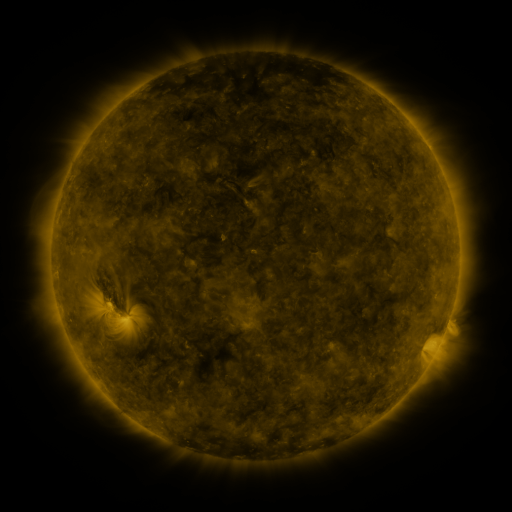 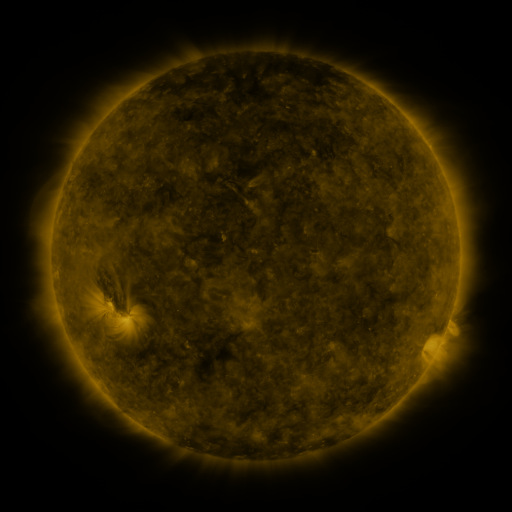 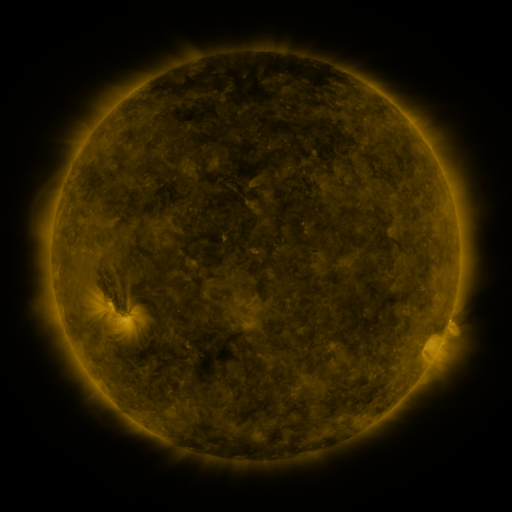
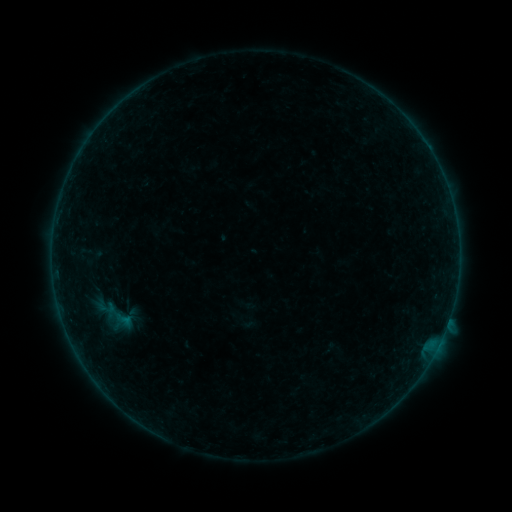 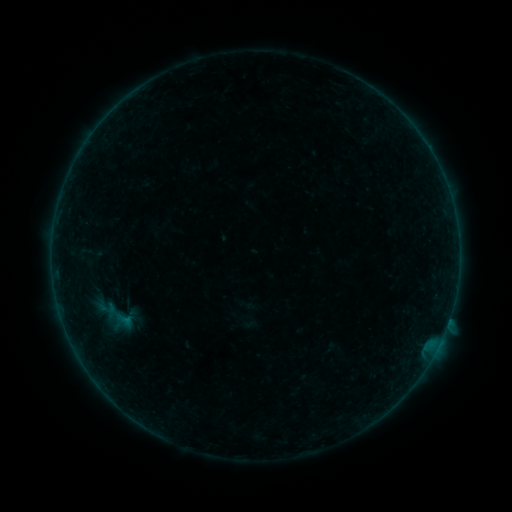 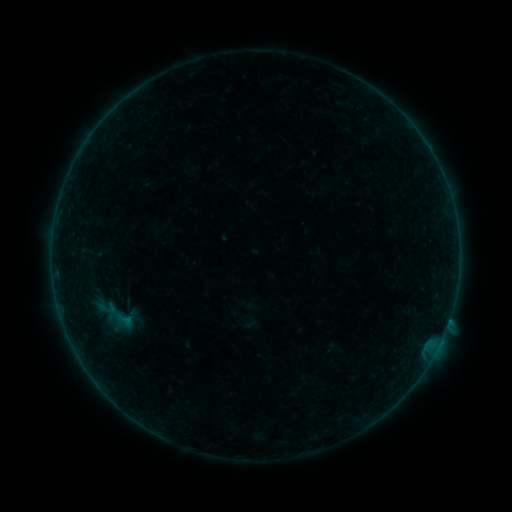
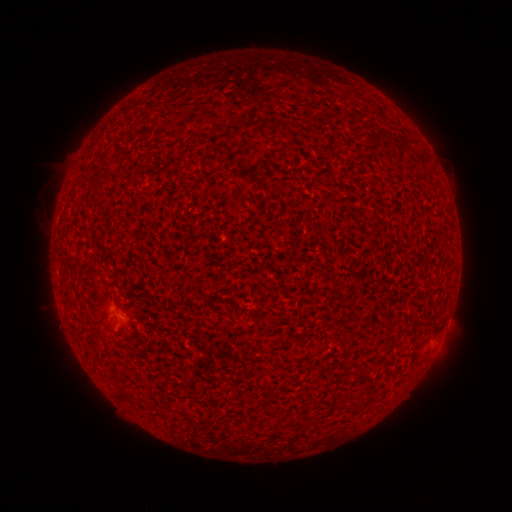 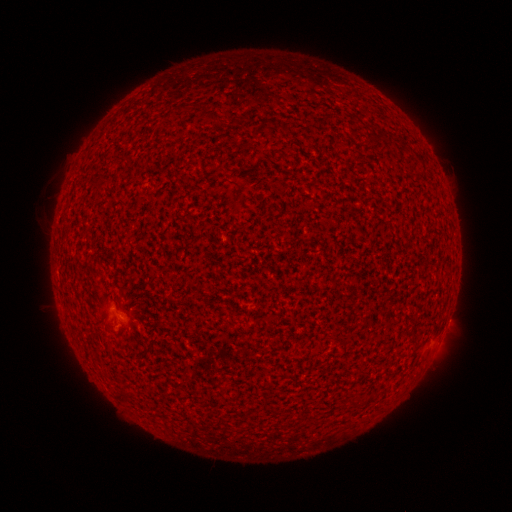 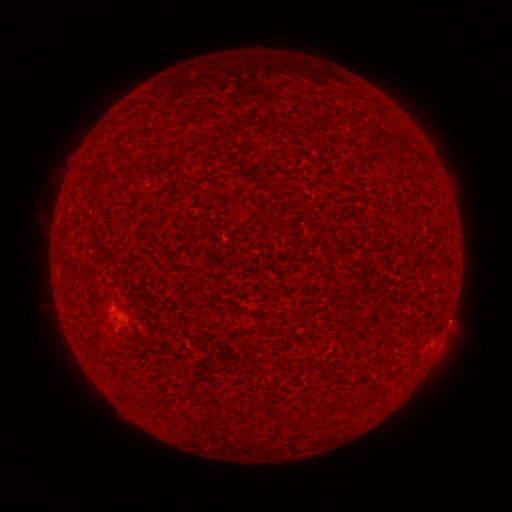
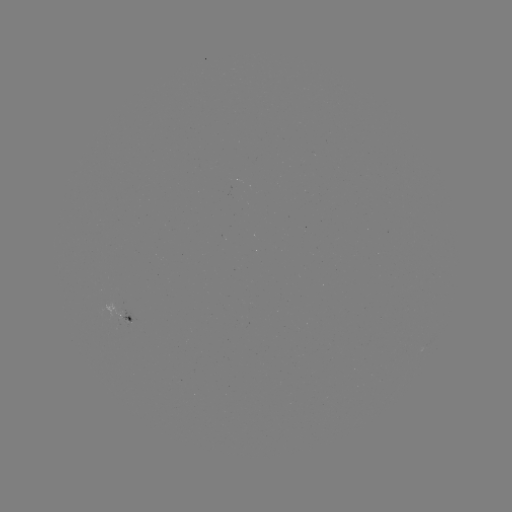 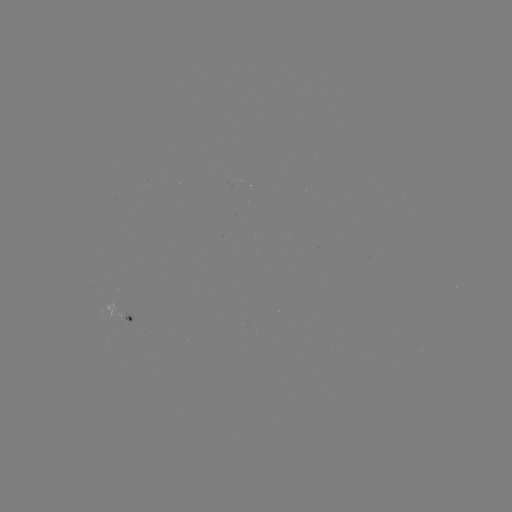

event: flare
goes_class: A8.9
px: (448, 319)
